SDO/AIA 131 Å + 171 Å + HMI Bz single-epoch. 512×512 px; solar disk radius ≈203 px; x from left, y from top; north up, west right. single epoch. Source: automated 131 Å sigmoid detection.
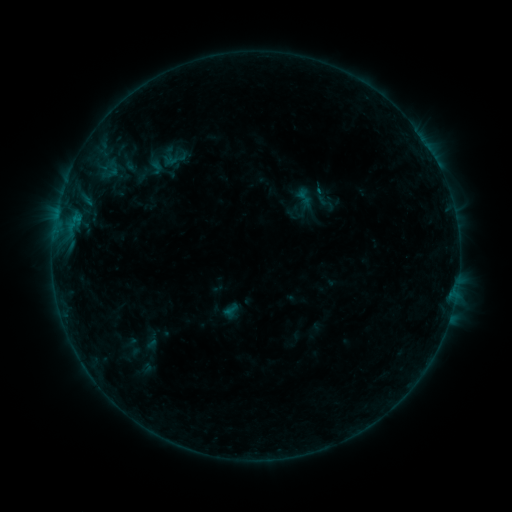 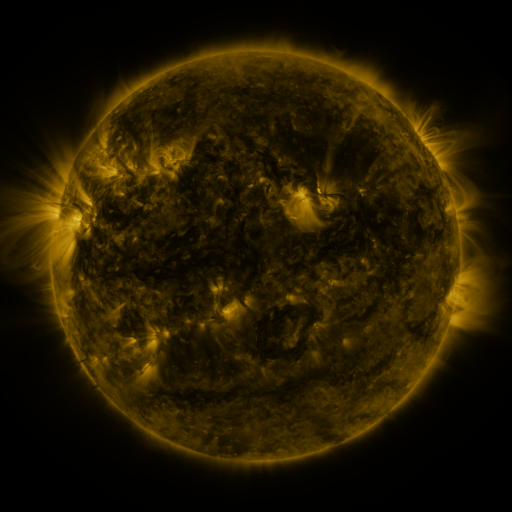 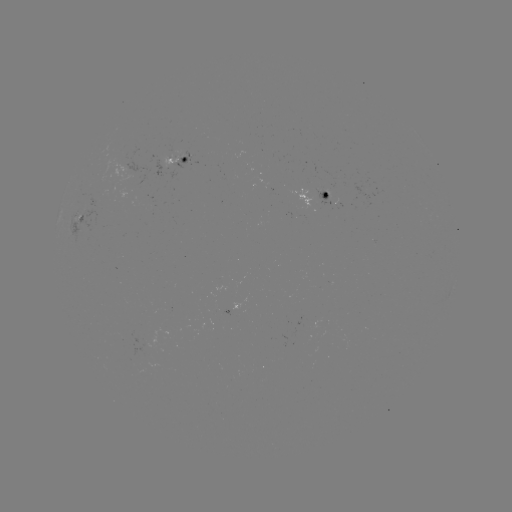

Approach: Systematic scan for sigmoid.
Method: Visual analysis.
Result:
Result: sigmoid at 325,202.